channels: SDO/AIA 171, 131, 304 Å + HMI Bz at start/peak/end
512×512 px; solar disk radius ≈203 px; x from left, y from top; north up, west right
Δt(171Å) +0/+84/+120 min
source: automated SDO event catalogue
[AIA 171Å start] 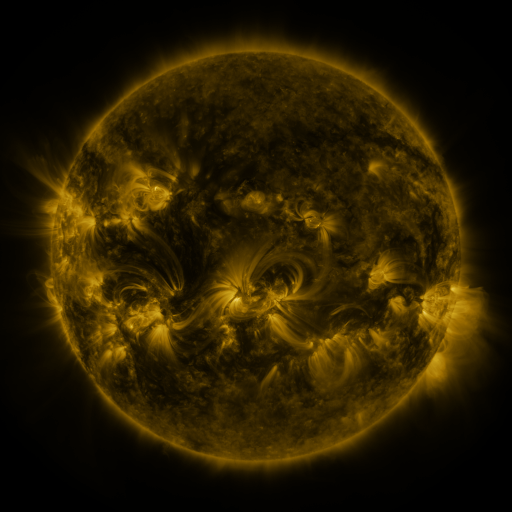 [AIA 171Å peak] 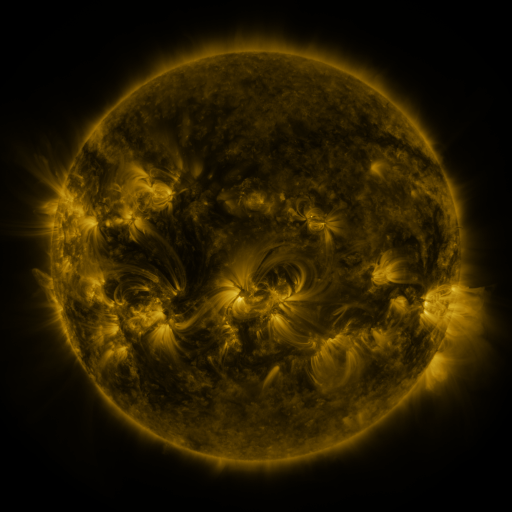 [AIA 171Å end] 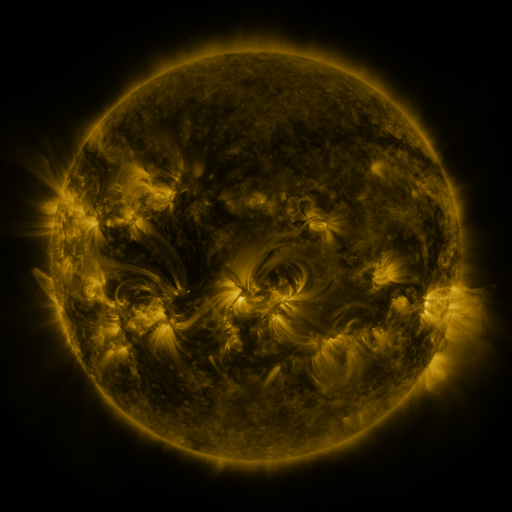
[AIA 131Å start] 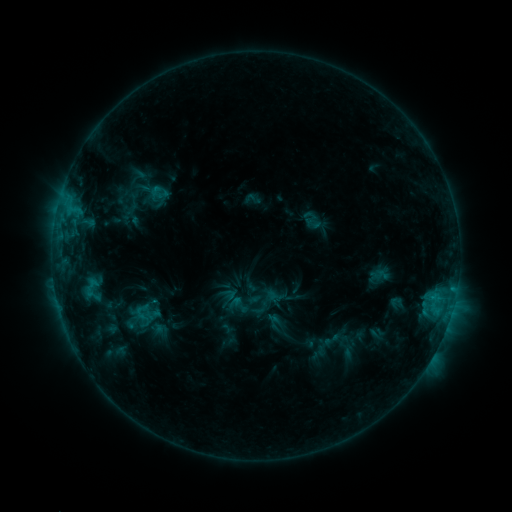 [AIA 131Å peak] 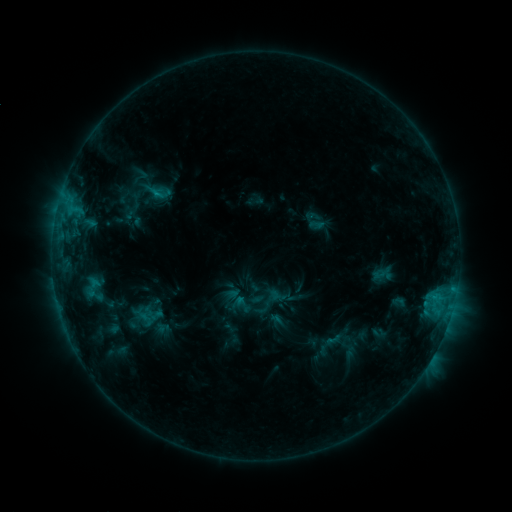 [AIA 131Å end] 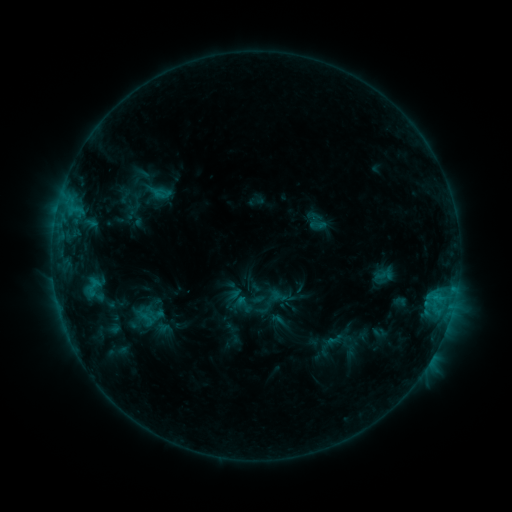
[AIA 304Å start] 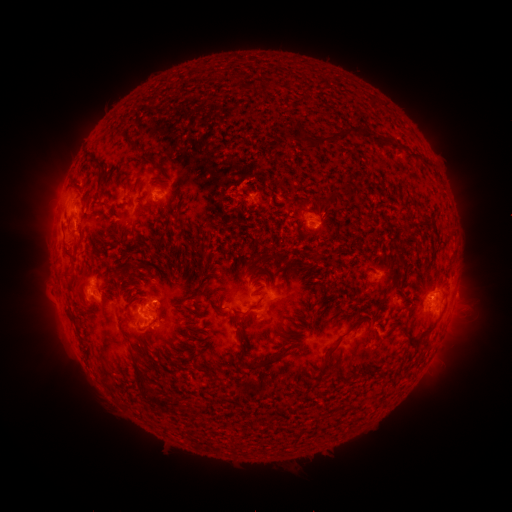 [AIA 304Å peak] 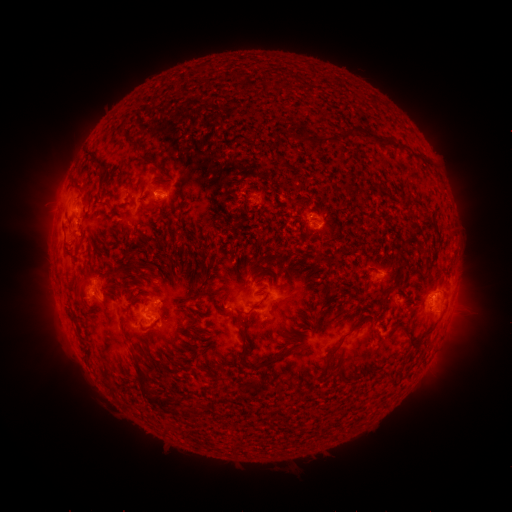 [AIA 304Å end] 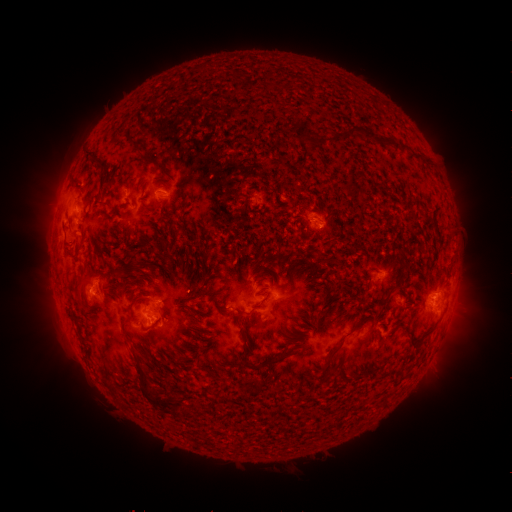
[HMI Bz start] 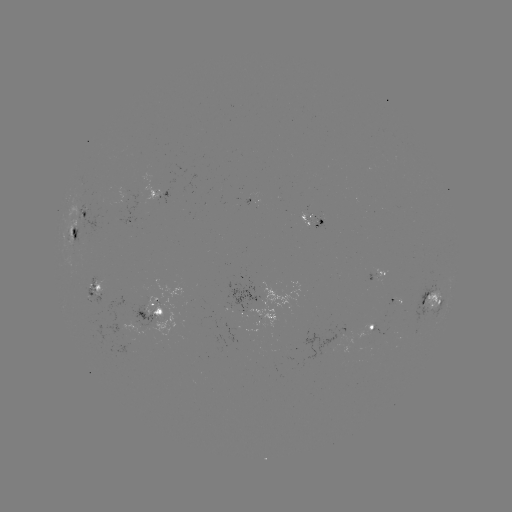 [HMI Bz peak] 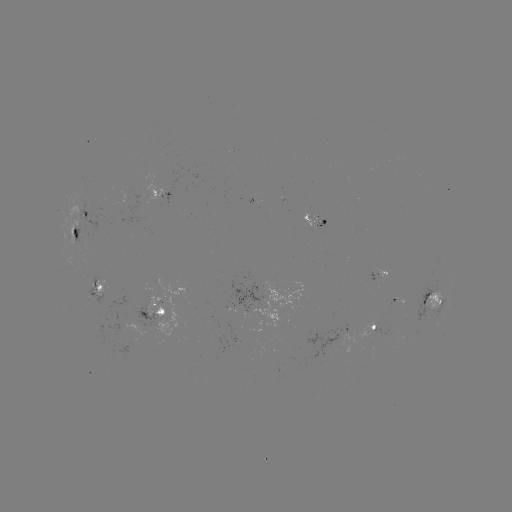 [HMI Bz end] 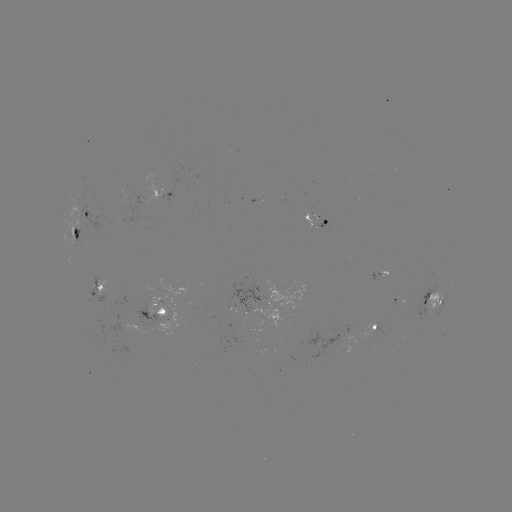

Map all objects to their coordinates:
emerging-flux region: (309, 217)
